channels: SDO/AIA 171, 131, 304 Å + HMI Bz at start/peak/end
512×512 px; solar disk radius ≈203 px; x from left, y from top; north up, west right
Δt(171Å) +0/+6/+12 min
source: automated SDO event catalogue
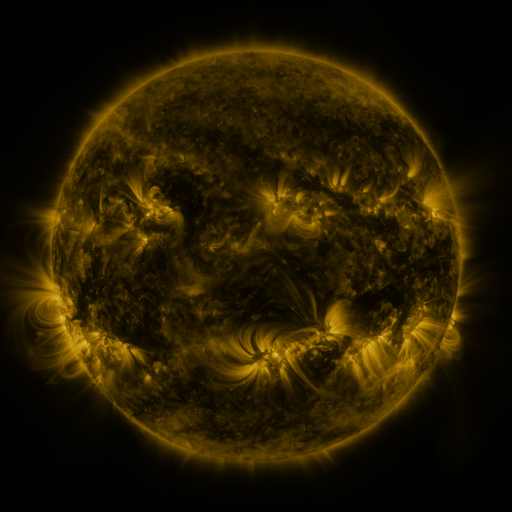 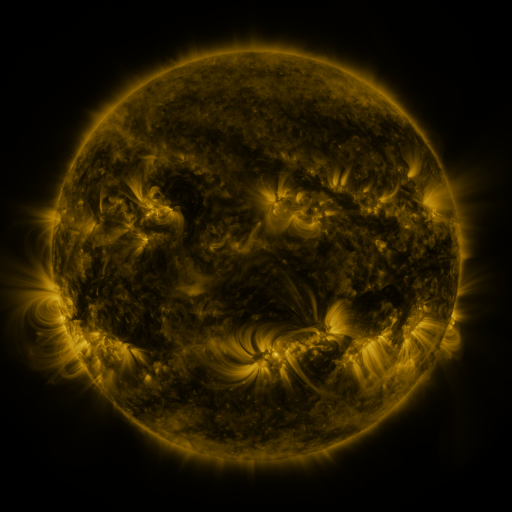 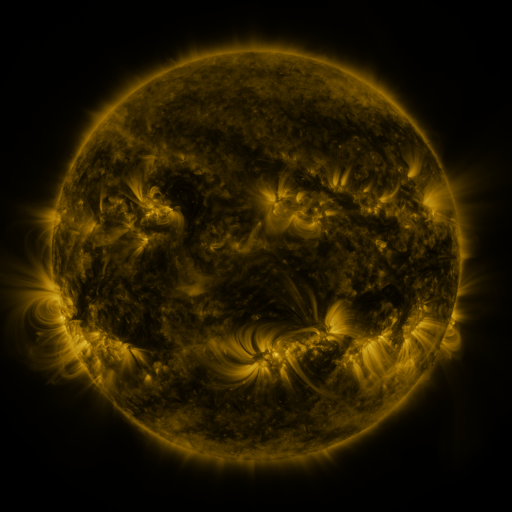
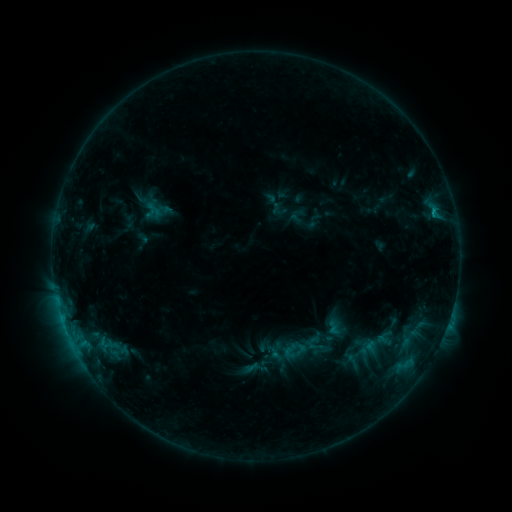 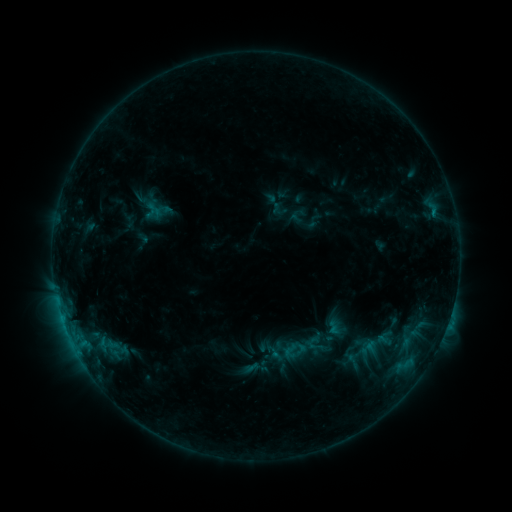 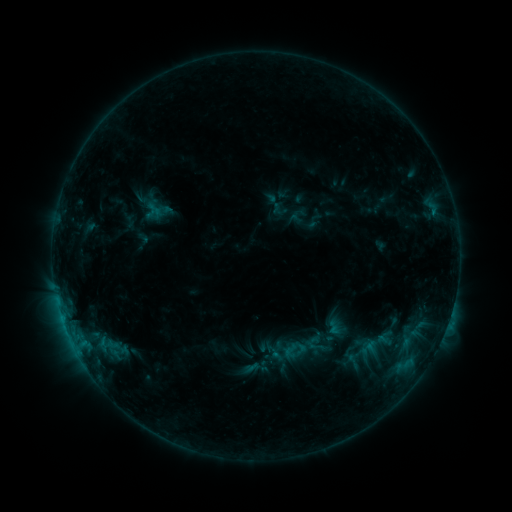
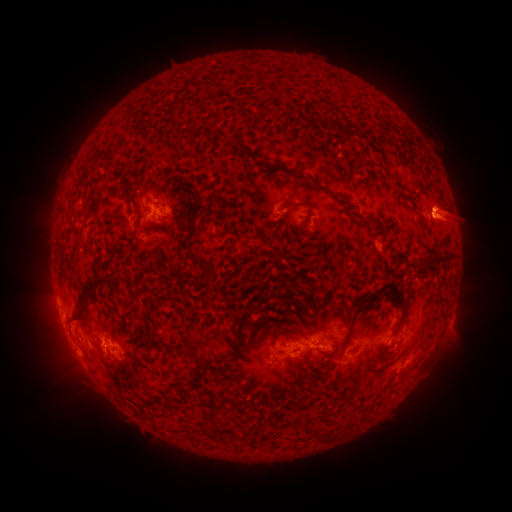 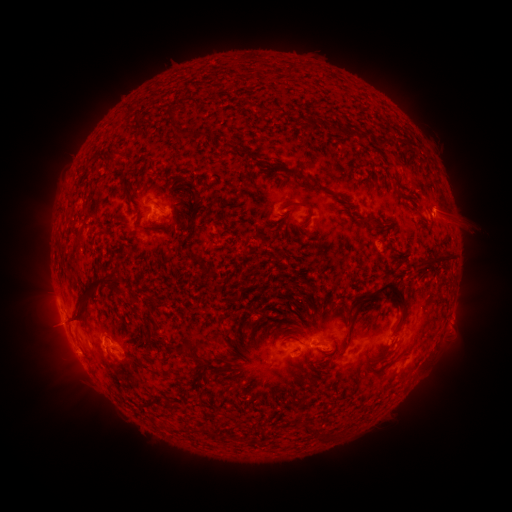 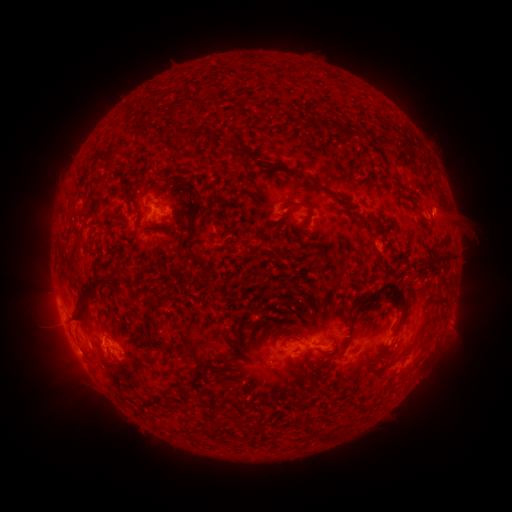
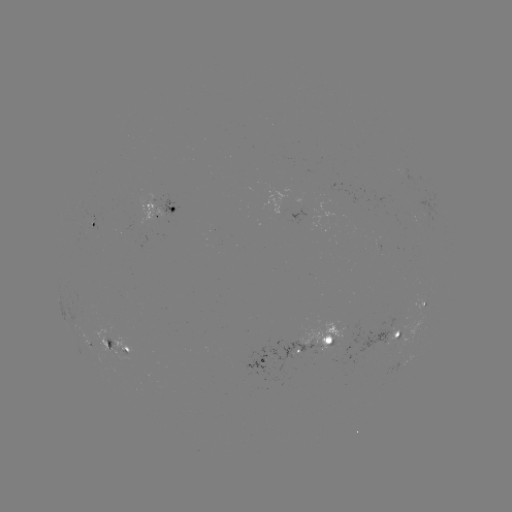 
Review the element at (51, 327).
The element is eruption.